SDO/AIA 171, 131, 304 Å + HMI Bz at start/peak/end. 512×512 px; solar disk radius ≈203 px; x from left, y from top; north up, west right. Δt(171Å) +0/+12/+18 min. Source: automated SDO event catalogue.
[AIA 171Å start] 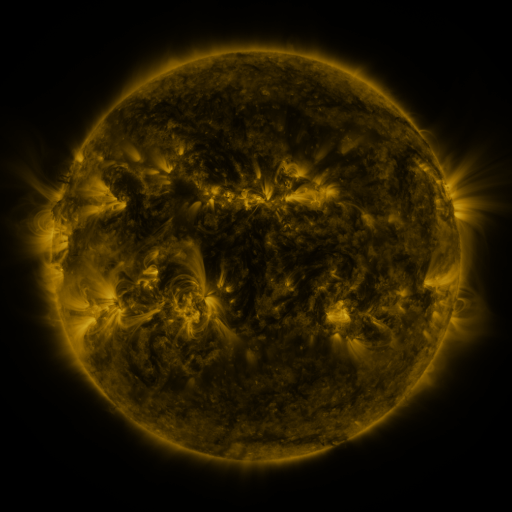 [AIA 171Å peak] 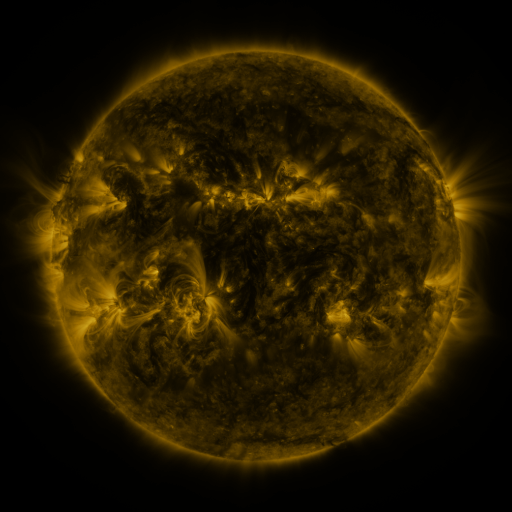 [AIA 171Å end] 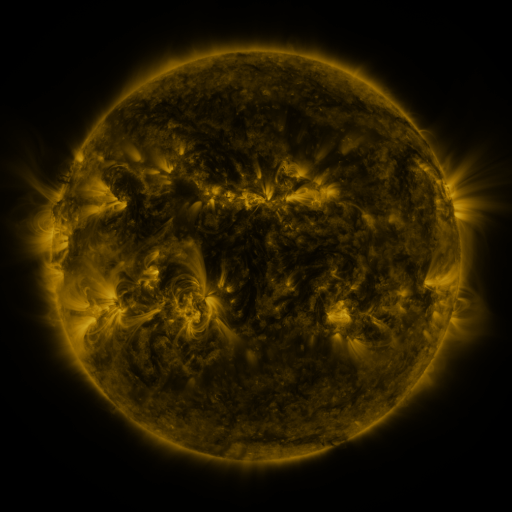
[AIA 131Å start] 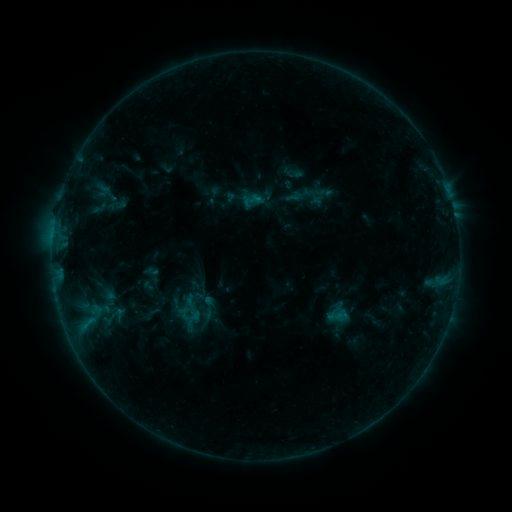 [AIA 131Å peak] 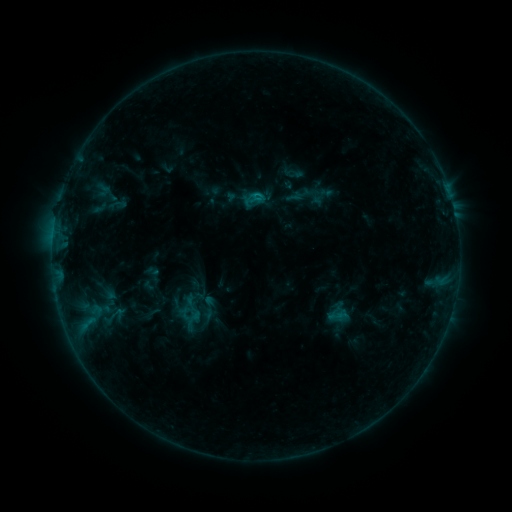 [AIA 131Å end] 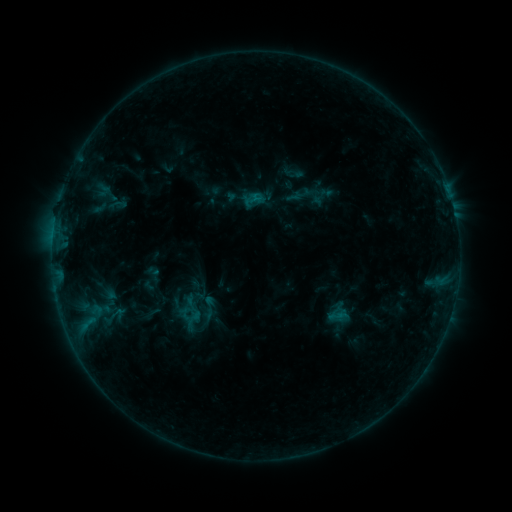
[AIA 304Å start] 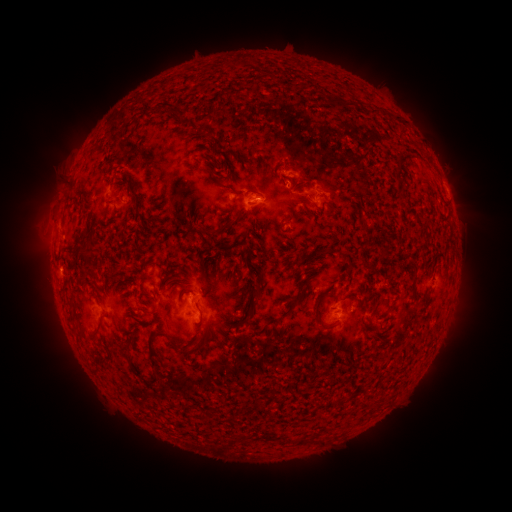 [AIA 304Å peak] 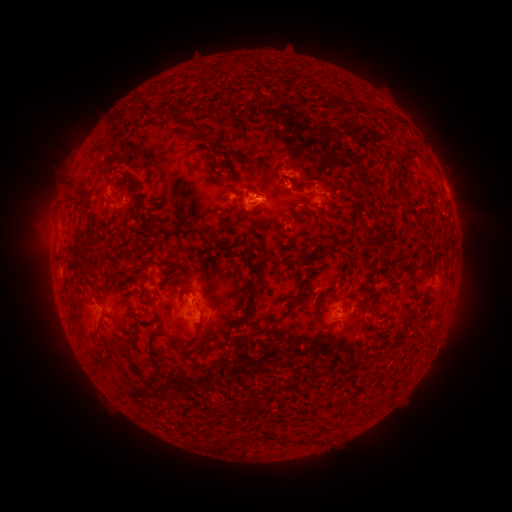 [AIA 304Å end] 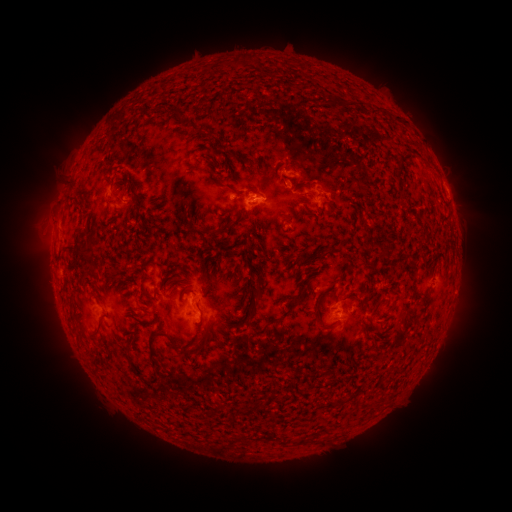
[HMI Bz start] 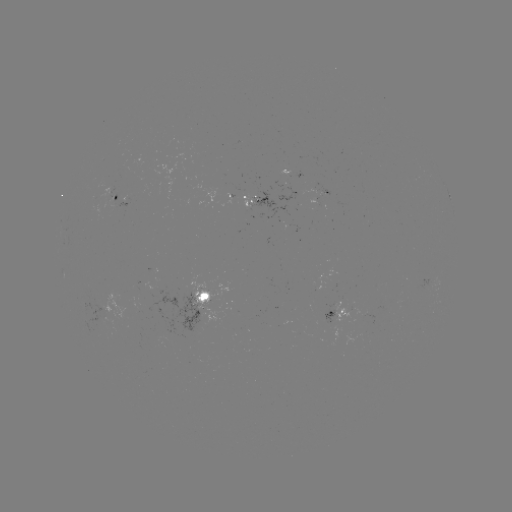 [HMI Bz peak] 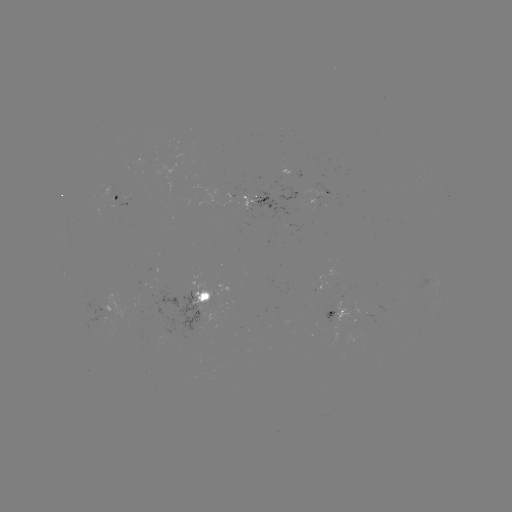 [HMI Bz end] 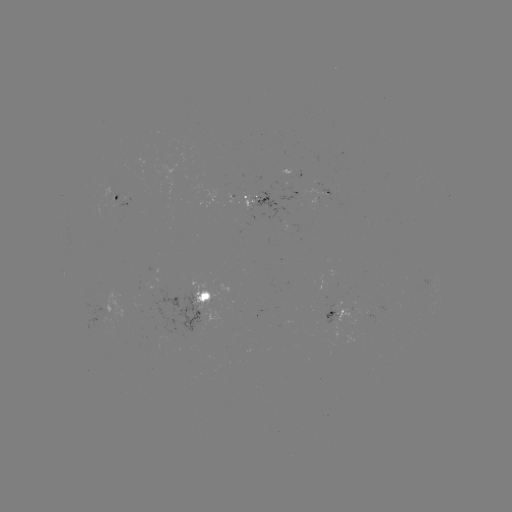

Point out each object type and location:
B5.0 flare: (256, 195)
